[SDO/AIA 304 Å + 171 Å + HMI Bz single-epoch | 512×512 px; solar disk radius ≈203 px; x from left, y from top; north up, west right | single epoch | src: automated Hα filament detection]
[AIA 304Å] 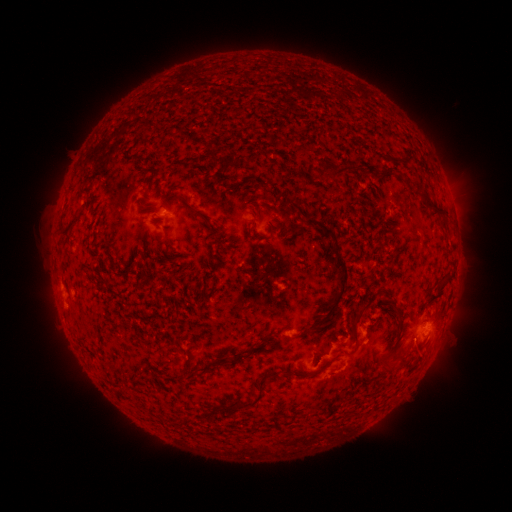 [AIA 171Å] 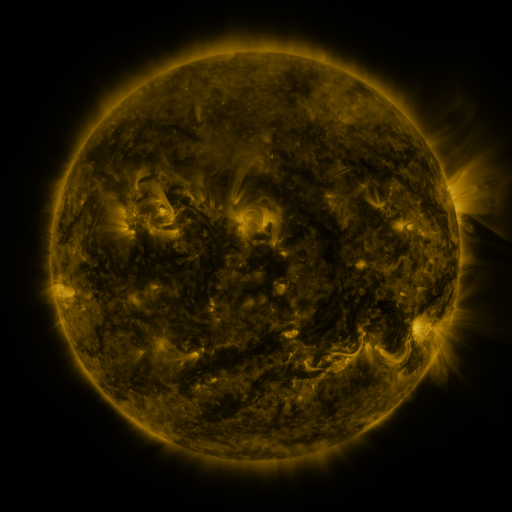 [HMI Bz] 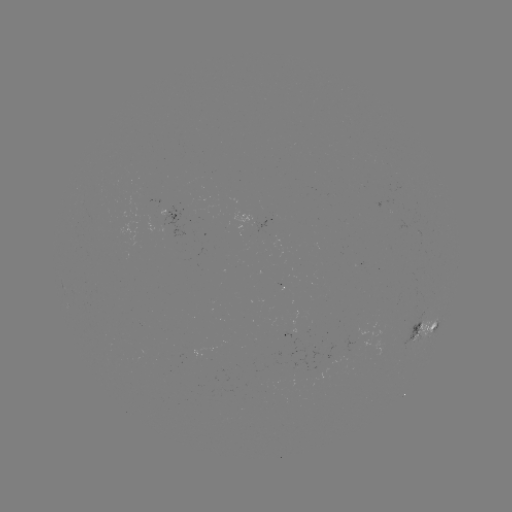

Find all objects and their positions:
filament: (145, 126)
filament: (404, 158)
filament: (339, 170)
filament: (385, 170)
filament: (431, 204)
filament: (258, 214)
filament: (196, 215)
filament: (309, 220)
filament: (70, 228)
filament: (329, 230)
filament: (167, 239)
filament: (340, 292)
filament: (389, 298)
filament: (358, 315)
filament: (272, 341)
filament: (252, 351)
filament: (236, 357)
filament: (403, 359)
filament: (209, 367)
filament: (389, 367)
filament: (184, 371)
filament: (257, 399)
